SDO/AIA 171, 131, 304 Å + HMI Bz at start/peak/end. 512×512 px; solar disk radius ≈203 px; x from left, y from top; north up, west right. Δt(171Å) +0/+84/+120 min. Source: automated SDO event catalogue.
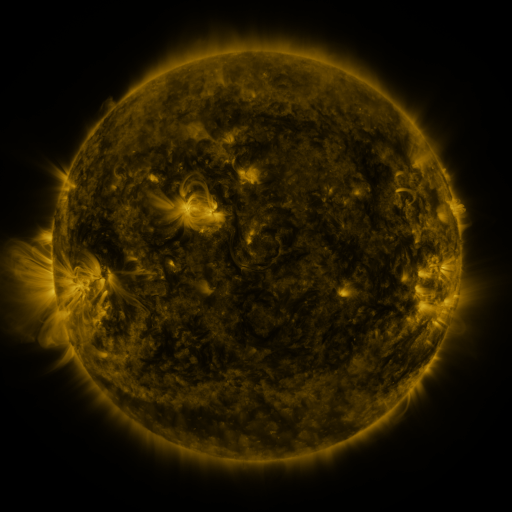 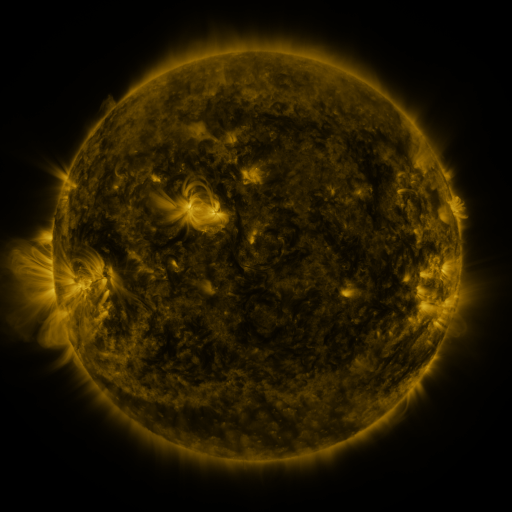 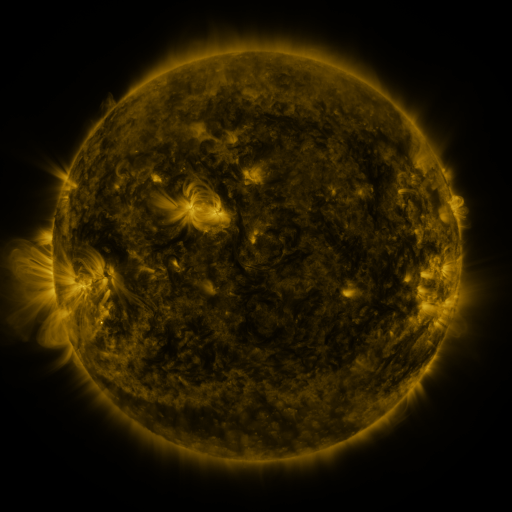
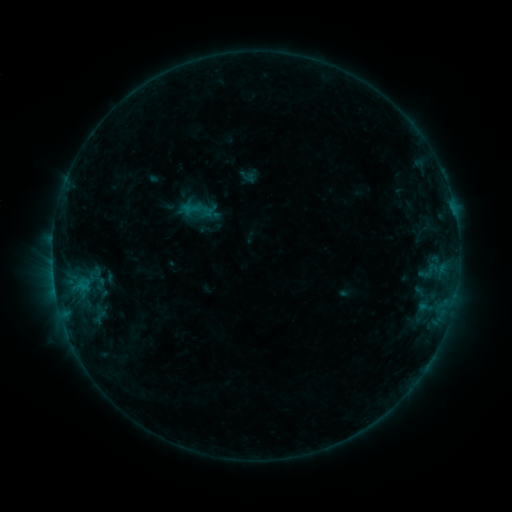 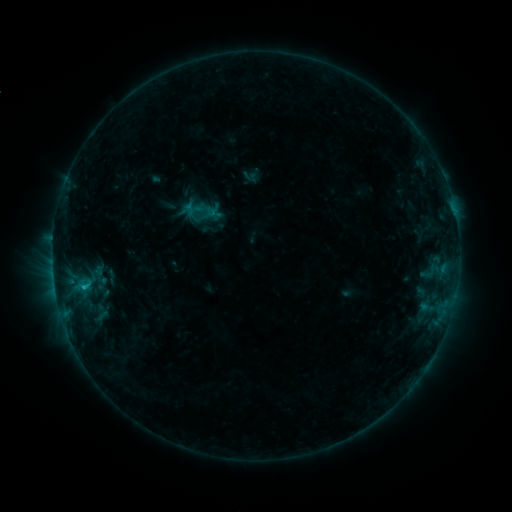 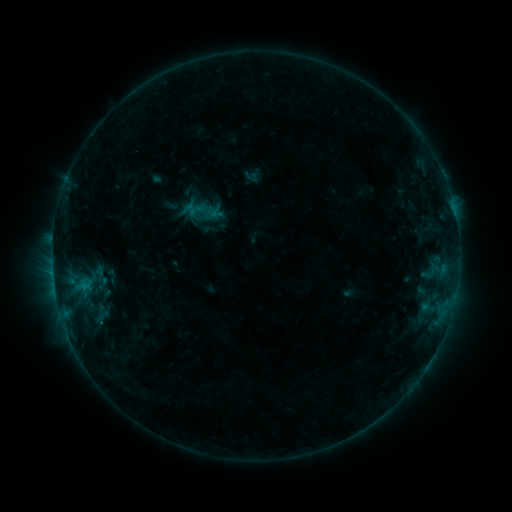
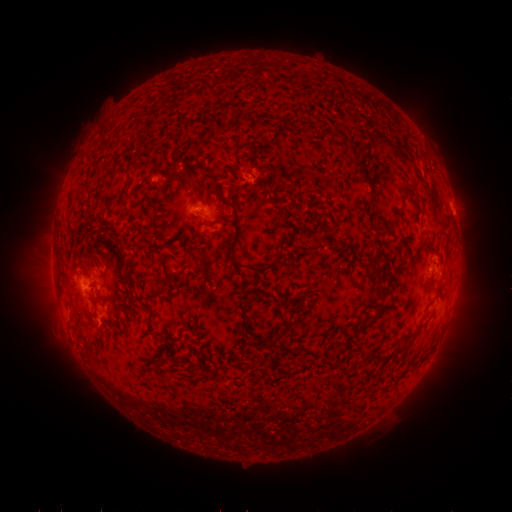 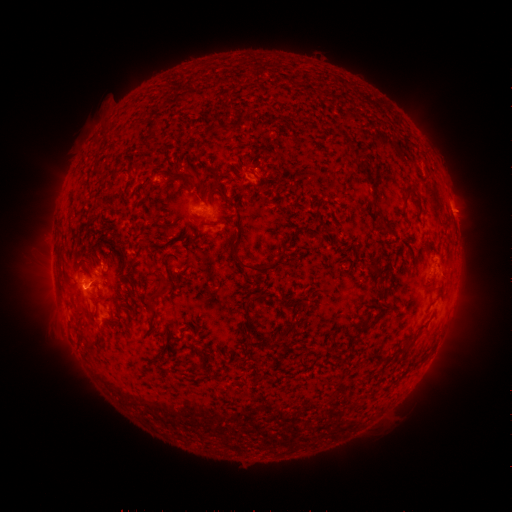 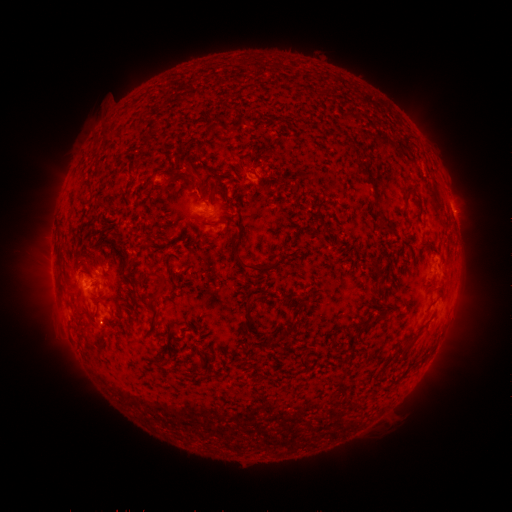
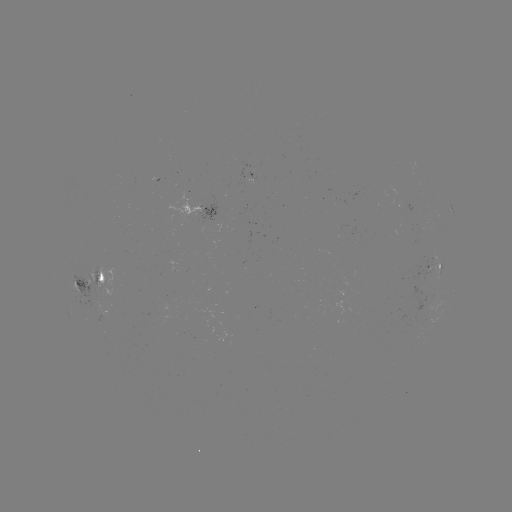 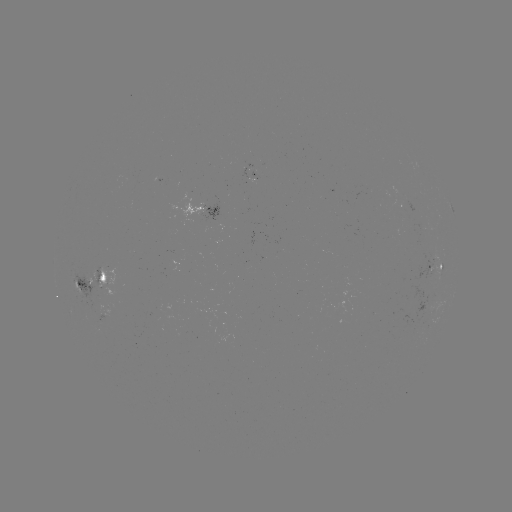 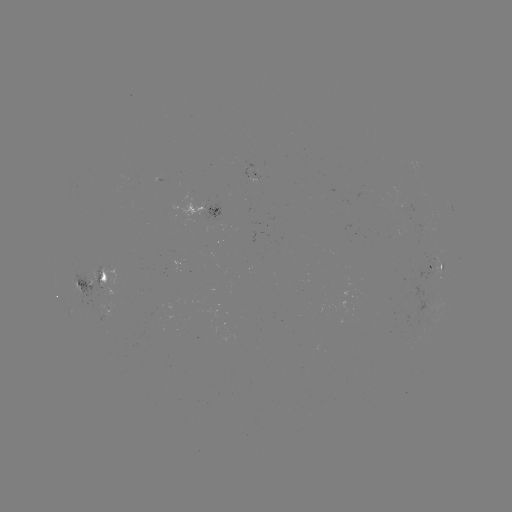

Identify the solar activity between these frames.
emerging-flux region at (98, 289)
